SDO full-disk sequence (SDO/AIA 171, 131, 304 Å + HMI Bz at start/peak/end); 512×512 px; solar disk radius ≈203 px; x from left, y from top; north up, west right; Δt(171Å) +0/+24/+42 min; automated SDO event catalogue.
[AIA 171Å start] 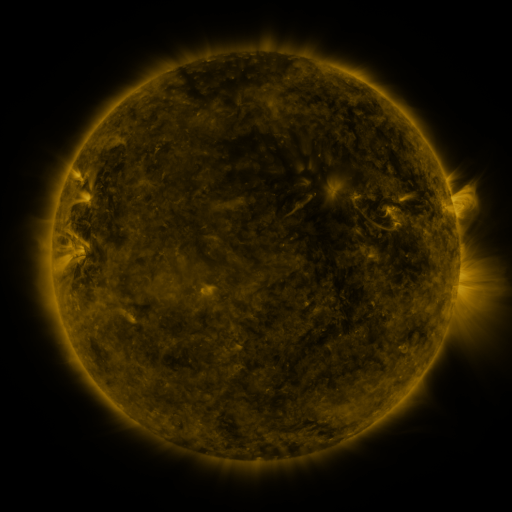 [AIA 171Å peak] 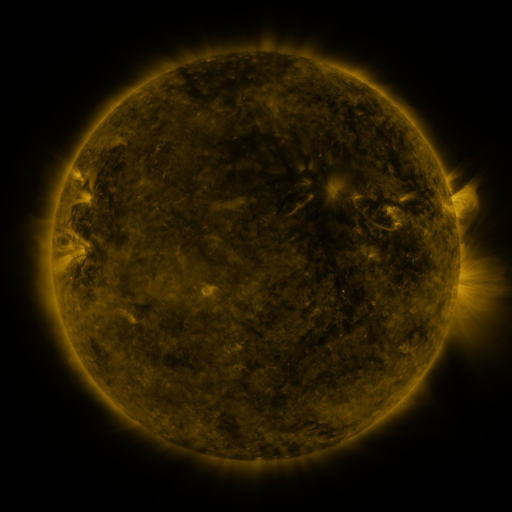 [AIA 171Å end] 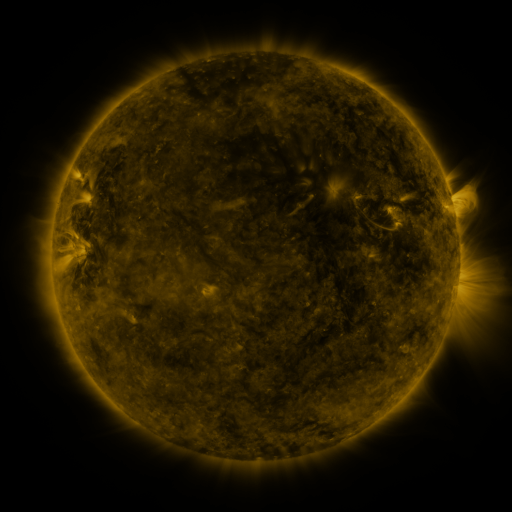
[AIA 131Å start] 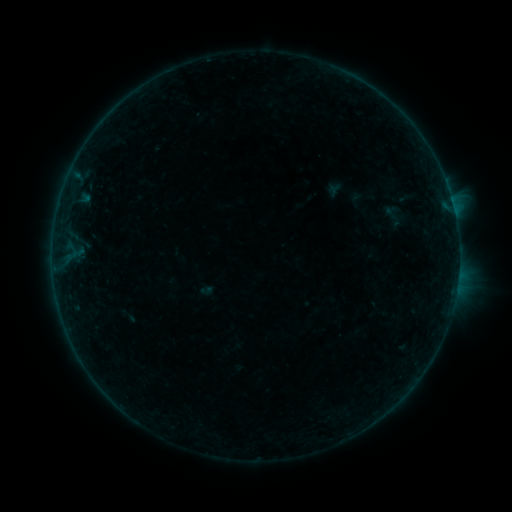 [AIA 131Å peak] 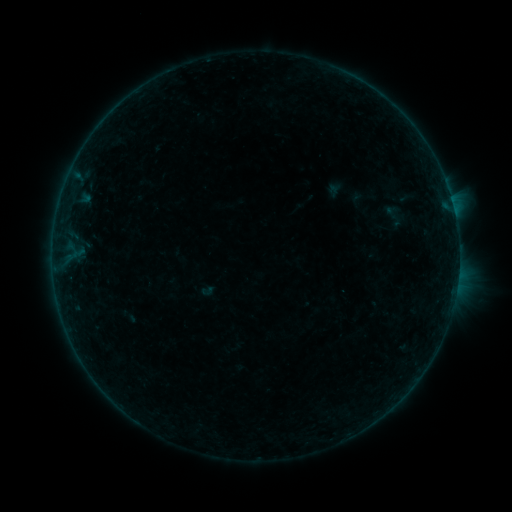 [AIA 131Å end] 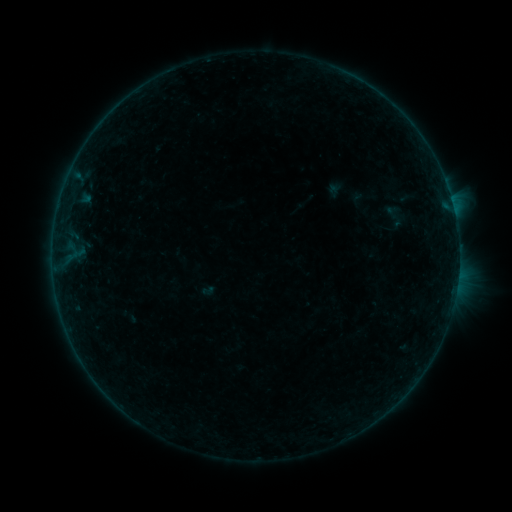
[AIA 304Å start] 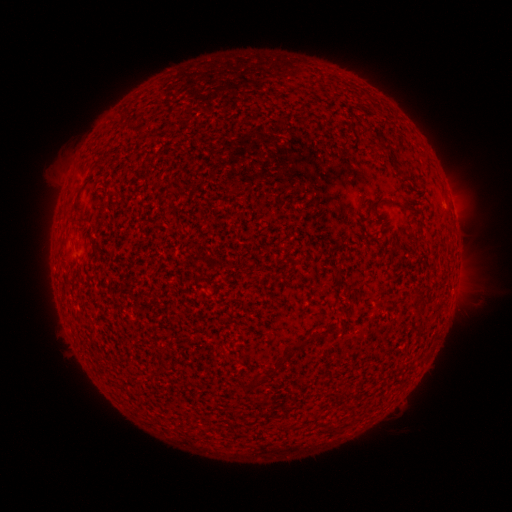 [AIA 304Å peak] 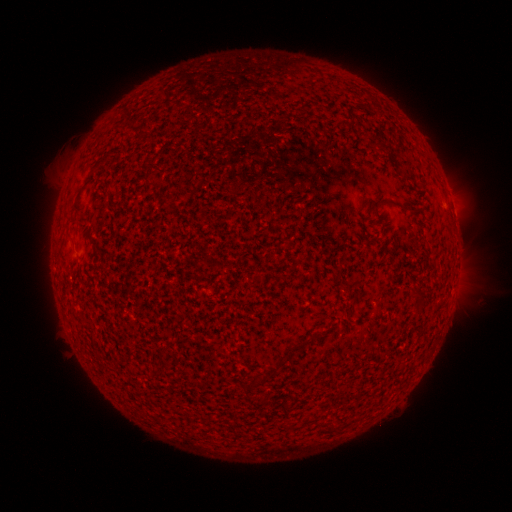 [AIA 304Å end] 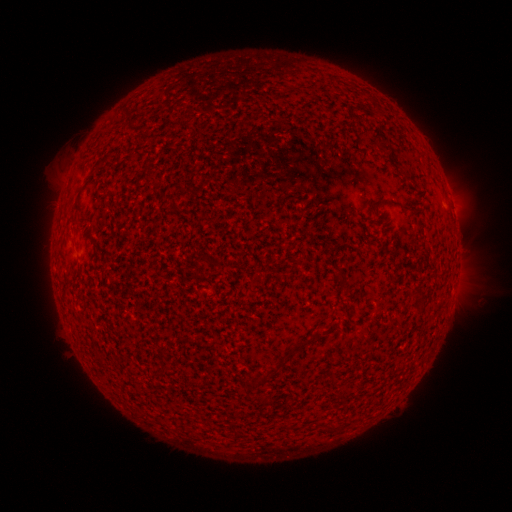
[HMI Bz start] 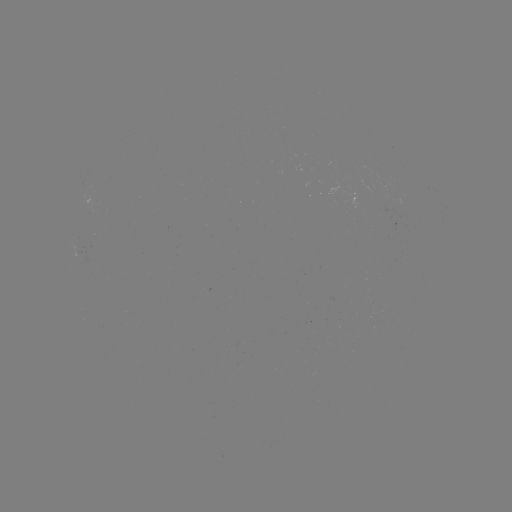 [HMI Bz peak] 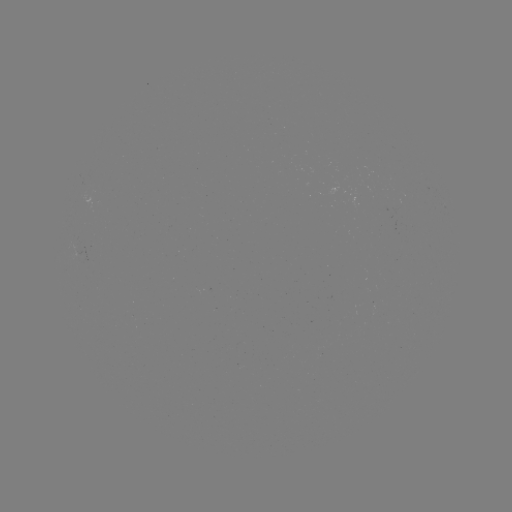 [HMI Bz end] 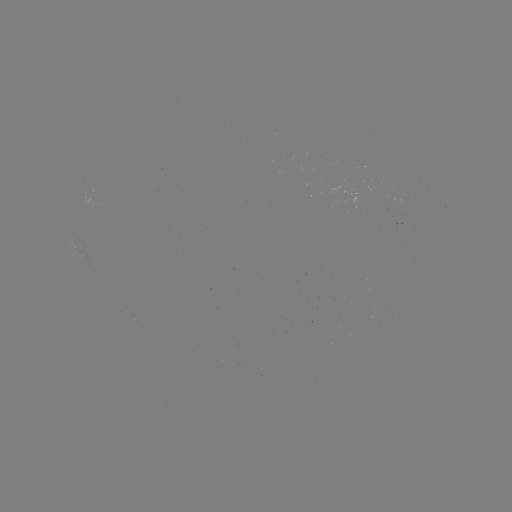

nothing was catalogued: no classed flare, no EUV trigger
